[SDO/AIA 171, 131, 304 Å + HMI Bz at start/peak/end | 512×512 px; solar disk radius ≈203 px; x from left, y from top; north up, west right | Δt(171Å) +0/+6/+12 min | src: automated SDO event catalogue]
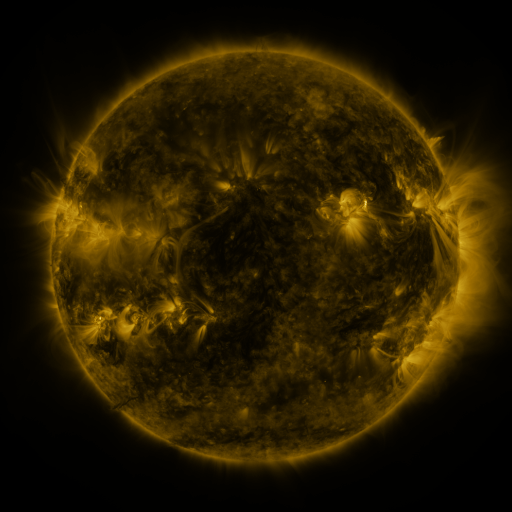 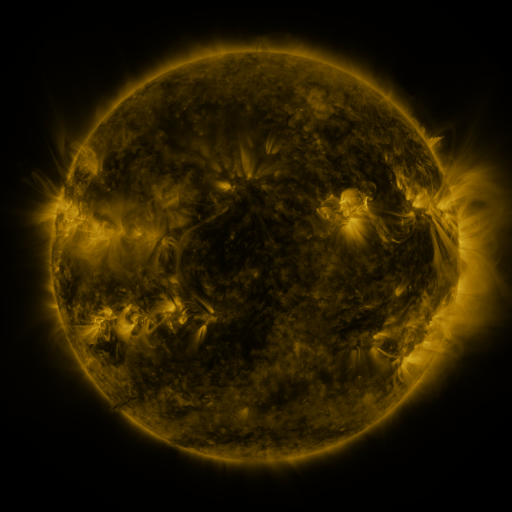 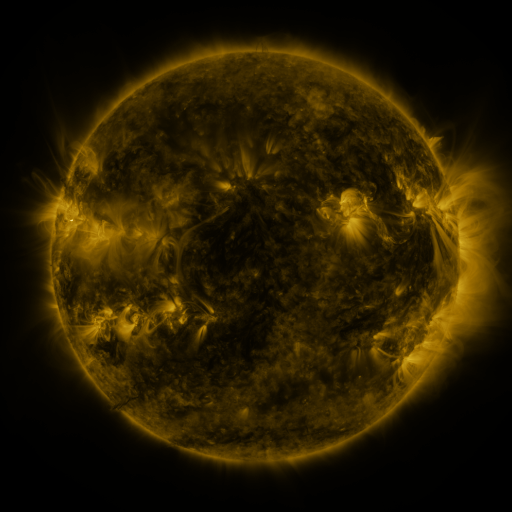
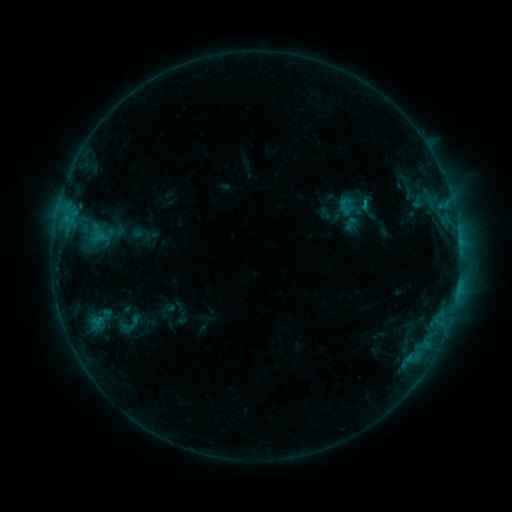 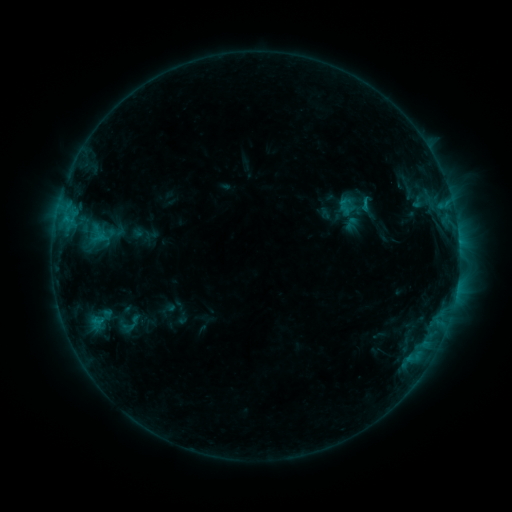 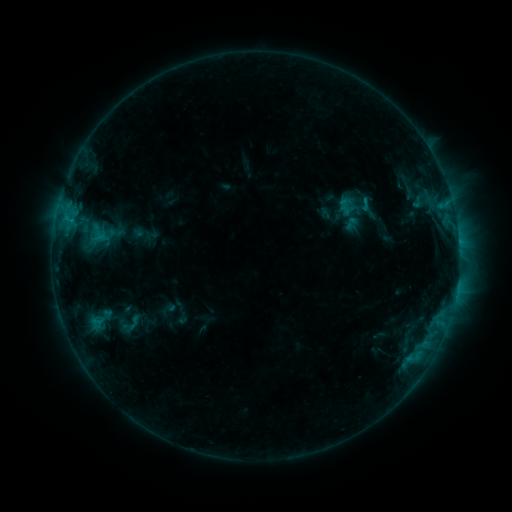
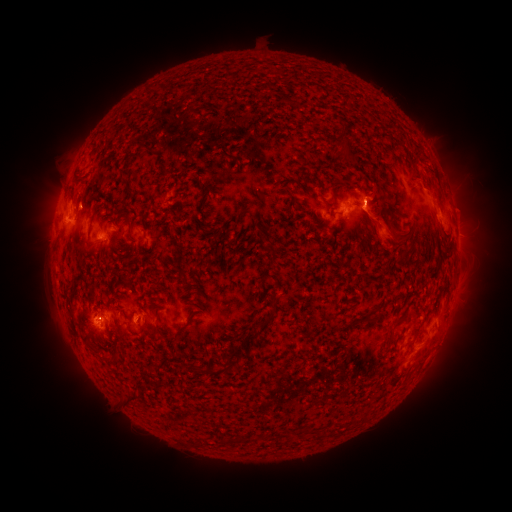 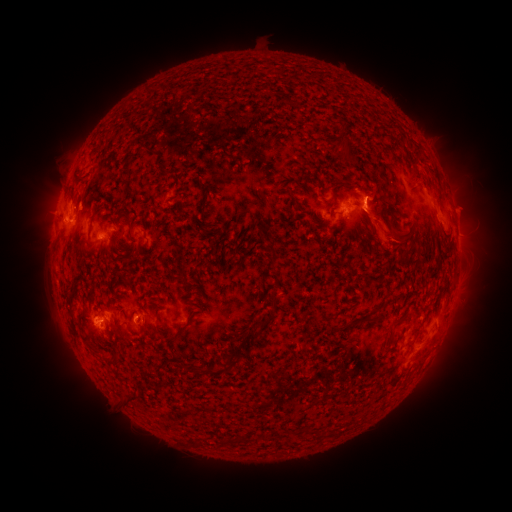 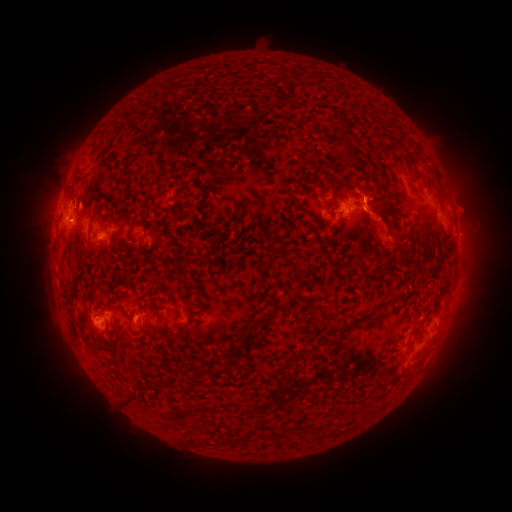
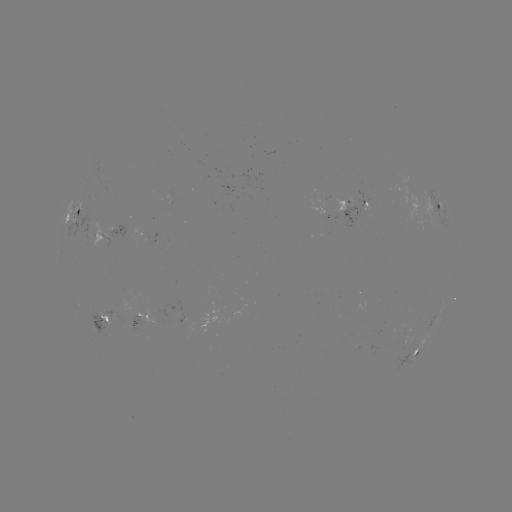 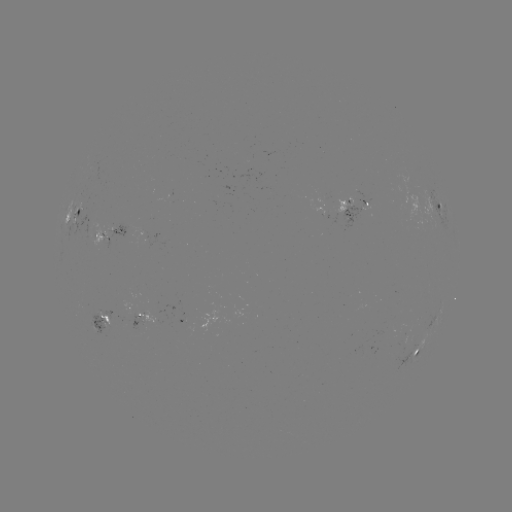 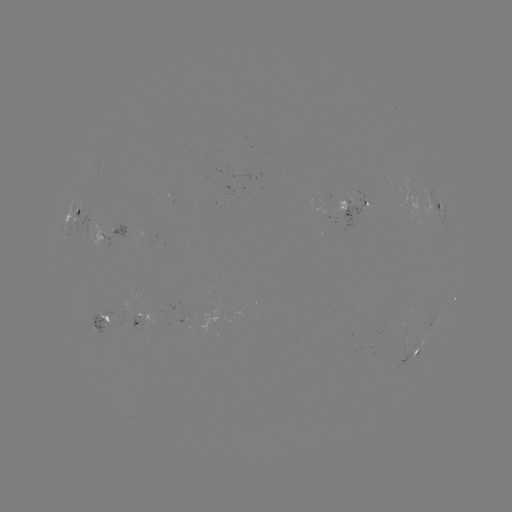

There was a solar eruption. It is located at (371, 185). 